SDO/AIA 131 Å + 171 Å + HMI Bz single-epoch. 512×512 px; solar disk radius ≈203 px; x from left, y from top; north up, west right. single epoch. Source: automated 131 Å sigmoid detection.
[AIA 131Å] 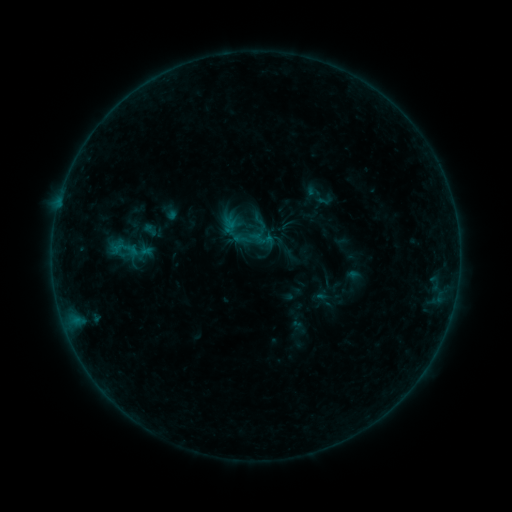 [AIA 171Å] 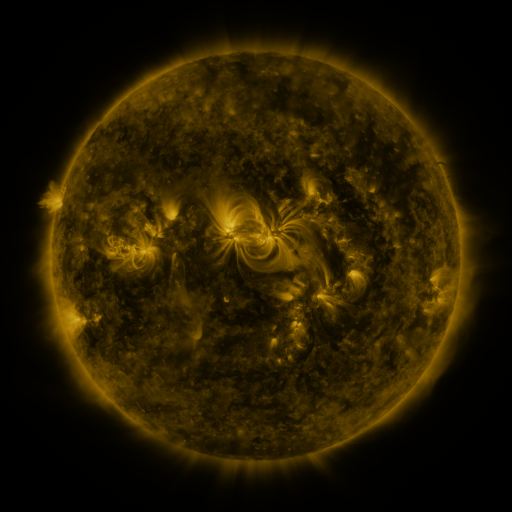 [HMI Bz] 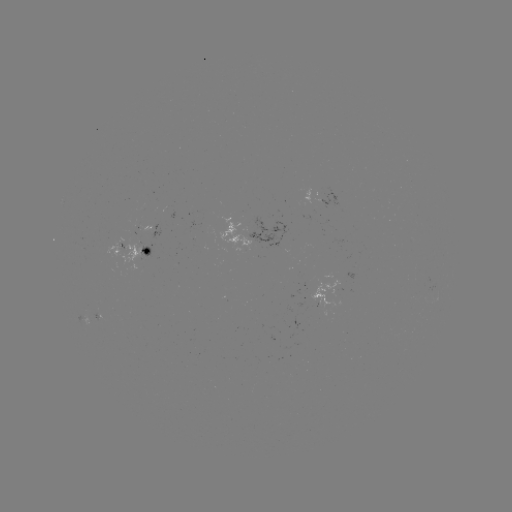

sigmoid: [313, 191, 336, 209]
